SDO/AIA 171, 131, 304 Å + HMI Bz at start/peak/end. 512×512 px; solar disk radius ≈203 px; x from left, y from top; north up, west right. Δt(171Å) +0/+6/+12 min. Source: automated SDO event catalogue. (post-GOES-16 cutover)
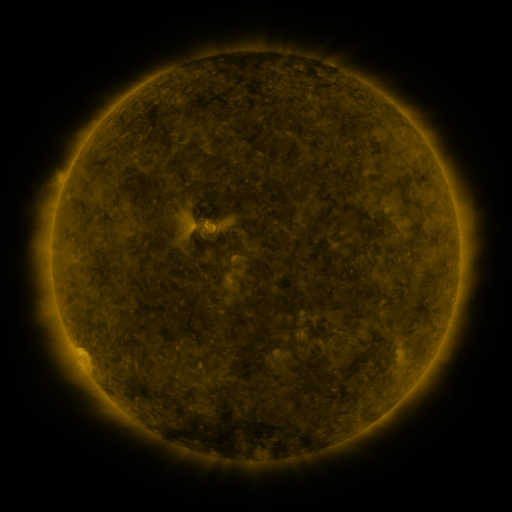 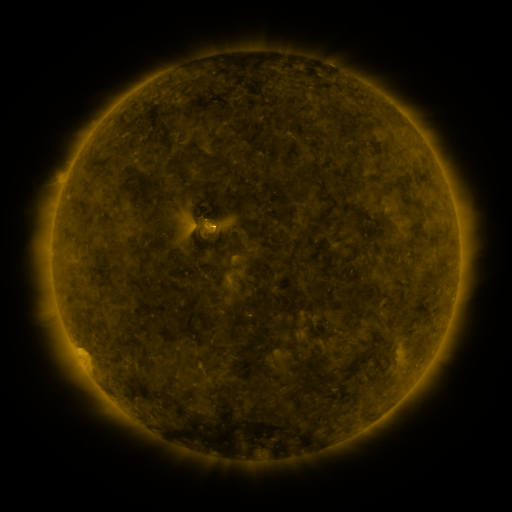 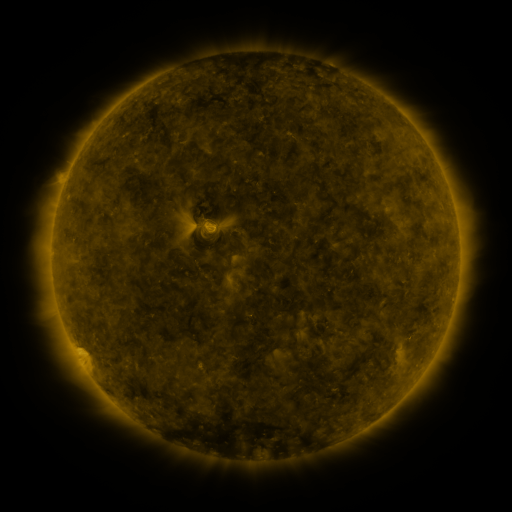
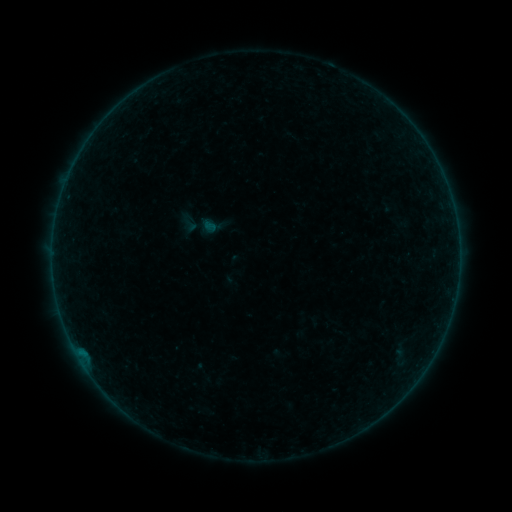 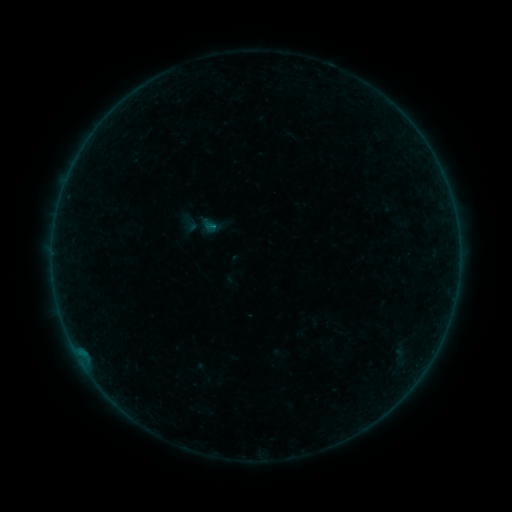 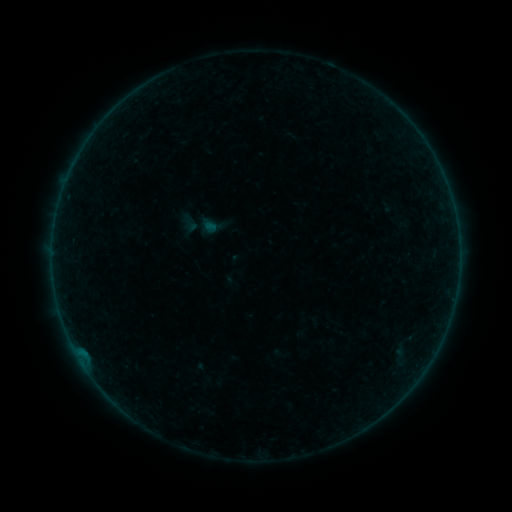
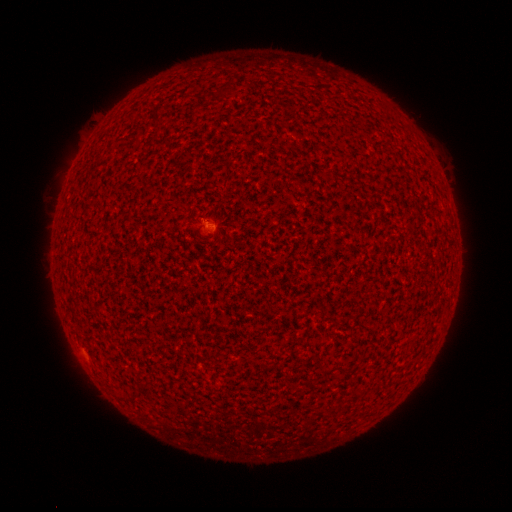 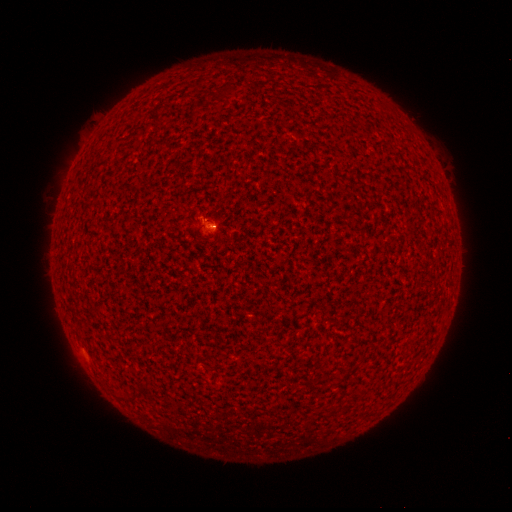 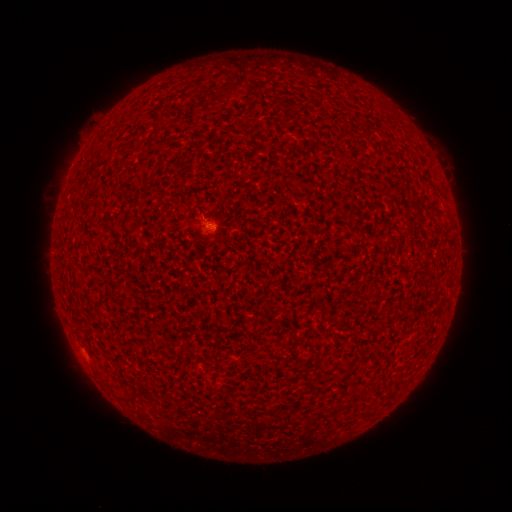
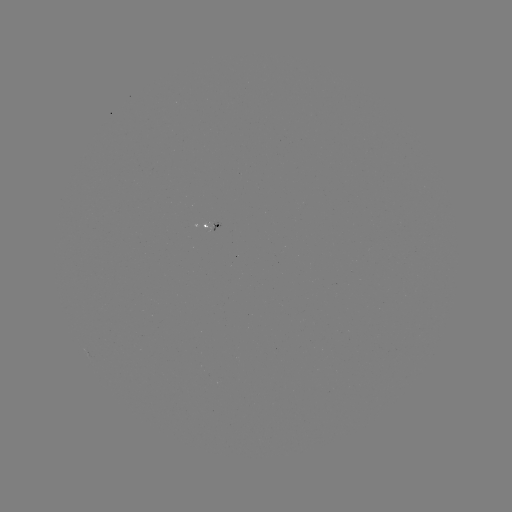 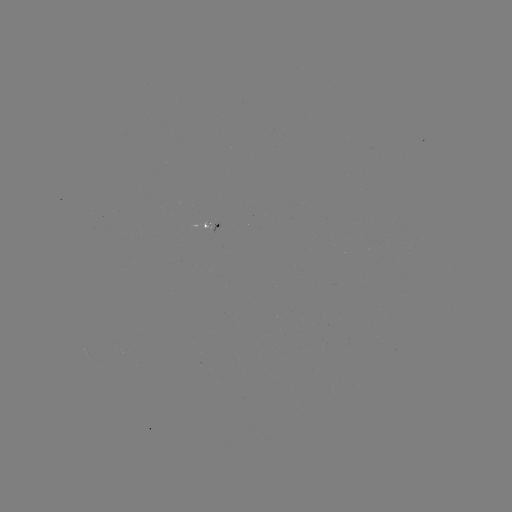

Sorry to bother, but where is B1.1 flare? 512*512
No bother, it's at (213, 229).